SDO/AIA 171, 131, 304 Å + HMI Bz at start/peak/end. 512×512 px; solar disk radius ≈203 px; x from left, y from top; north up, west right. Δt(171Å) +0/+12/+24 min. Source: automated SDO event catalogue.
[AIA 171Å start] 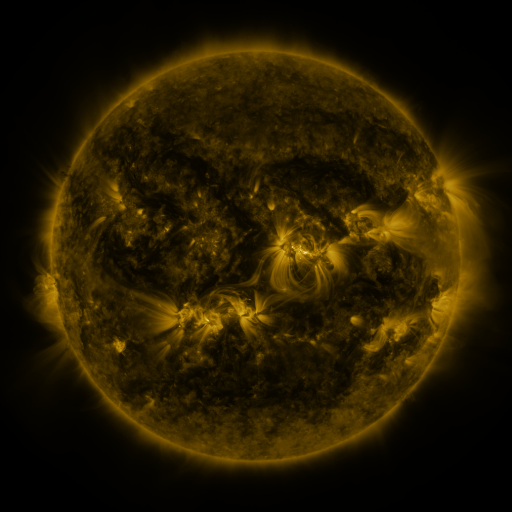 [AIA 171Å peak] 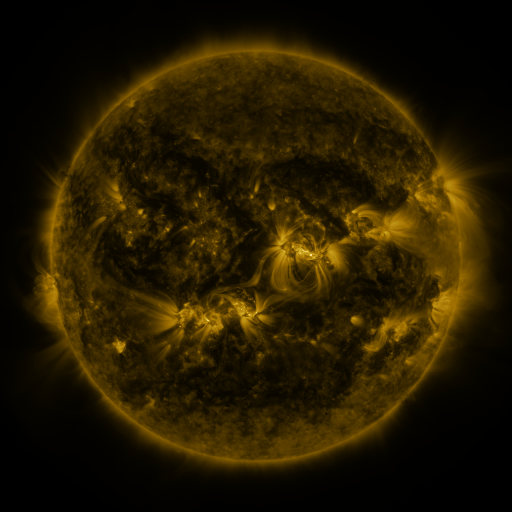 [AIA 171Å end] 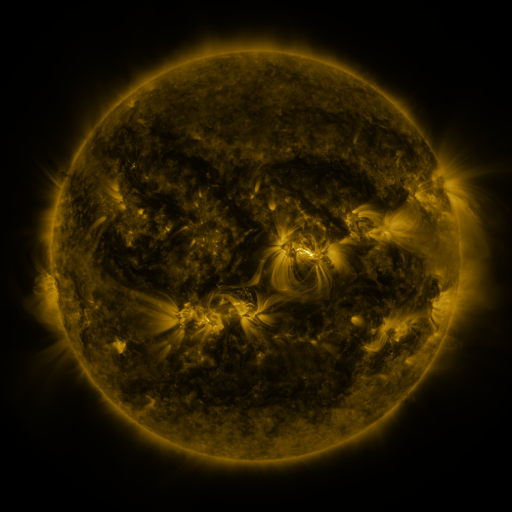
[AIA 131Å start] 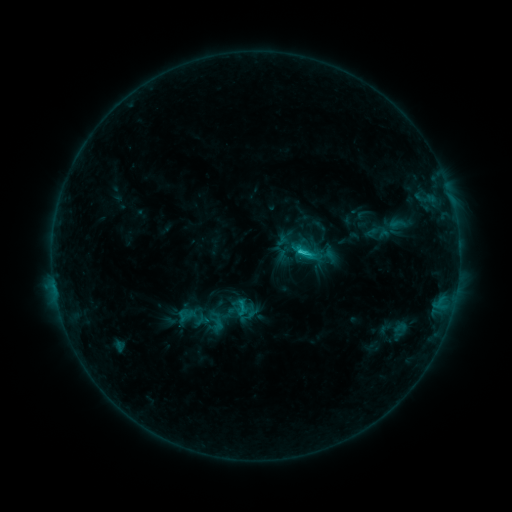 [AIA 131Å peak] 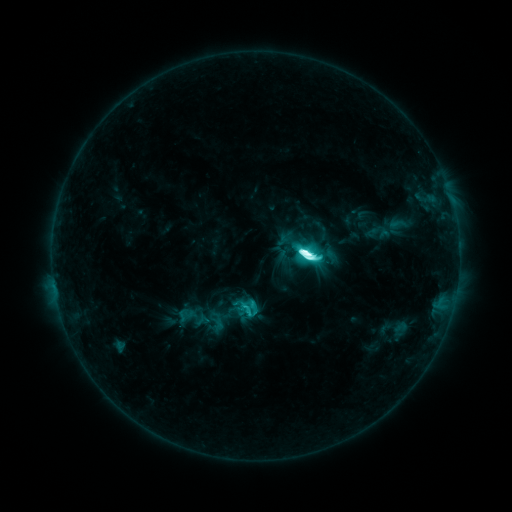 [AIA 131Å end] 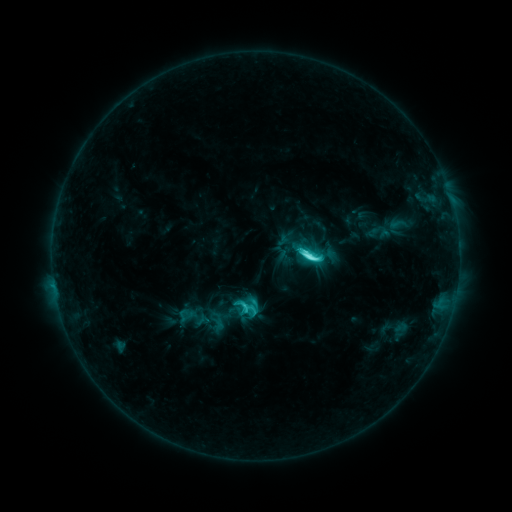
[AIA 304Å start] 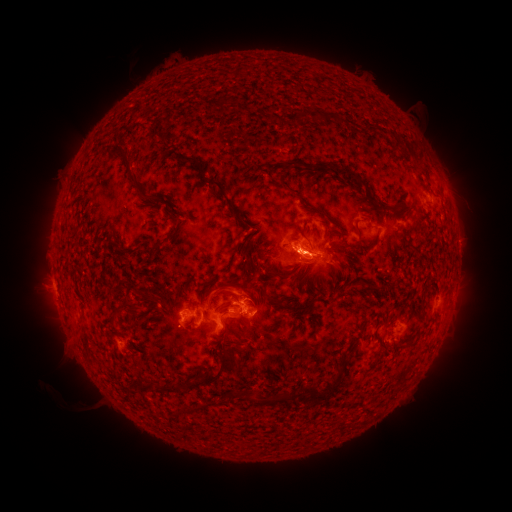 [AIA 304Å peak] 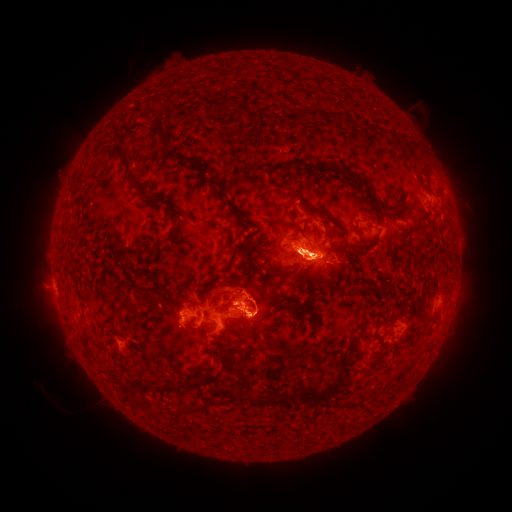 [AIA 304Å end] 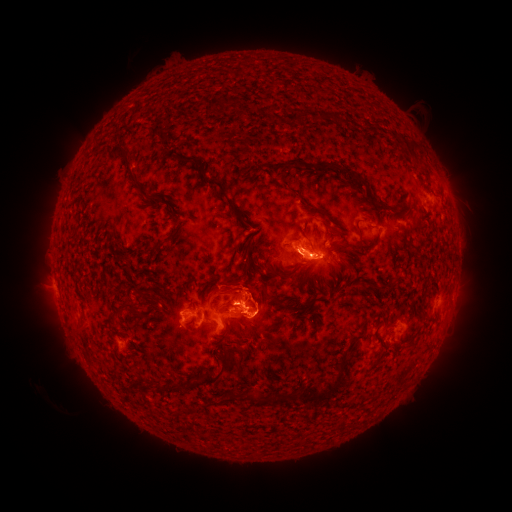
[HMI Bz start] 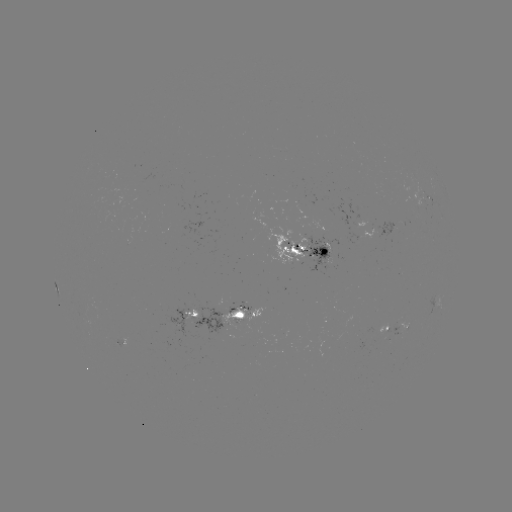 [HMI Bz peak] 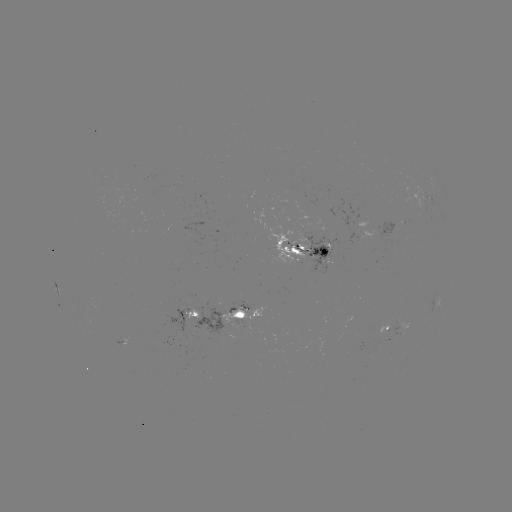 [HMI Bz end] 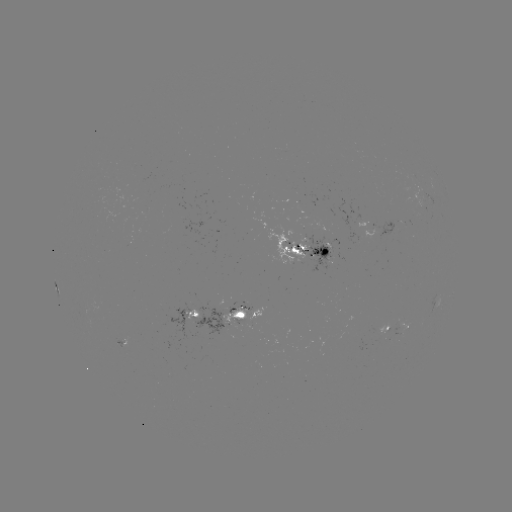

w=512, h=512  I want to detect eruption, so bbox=[172, 213, 367, 353].